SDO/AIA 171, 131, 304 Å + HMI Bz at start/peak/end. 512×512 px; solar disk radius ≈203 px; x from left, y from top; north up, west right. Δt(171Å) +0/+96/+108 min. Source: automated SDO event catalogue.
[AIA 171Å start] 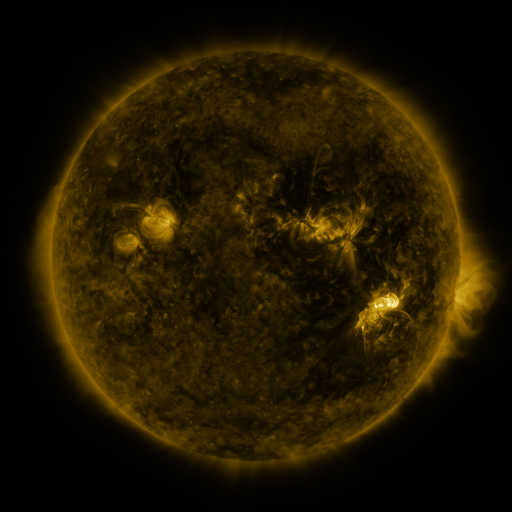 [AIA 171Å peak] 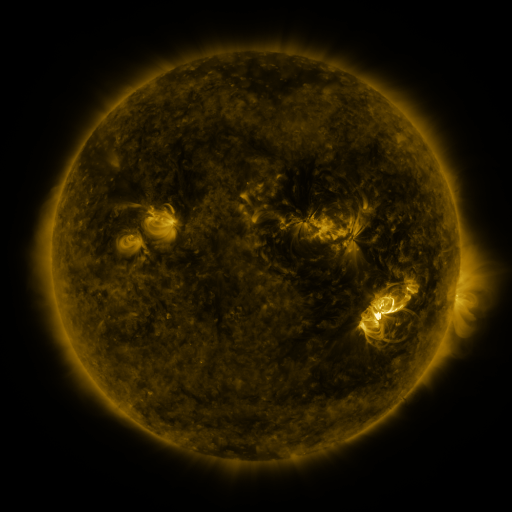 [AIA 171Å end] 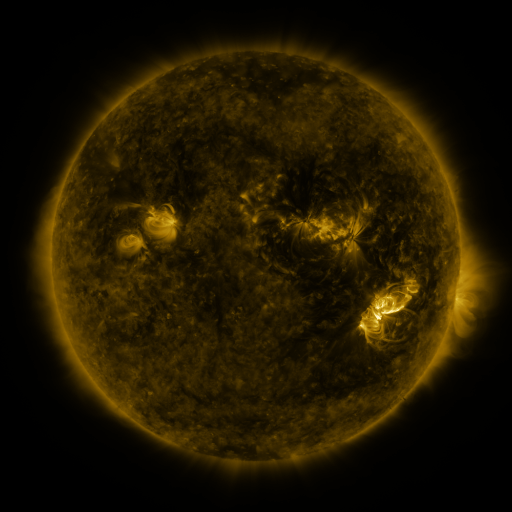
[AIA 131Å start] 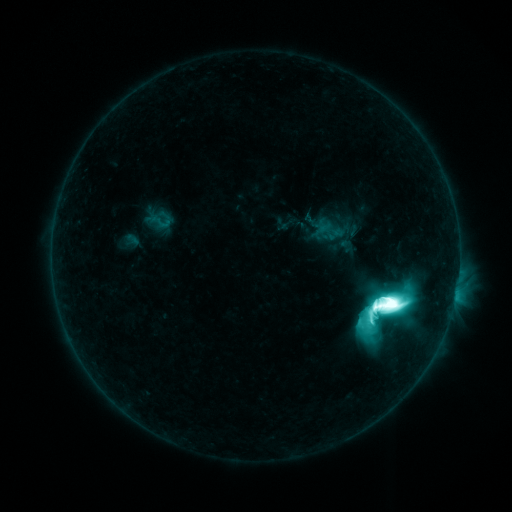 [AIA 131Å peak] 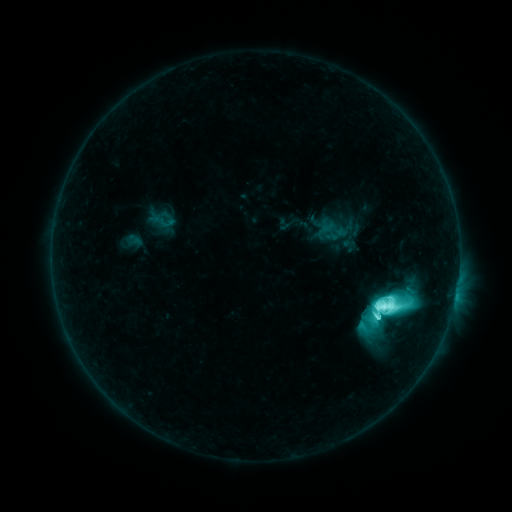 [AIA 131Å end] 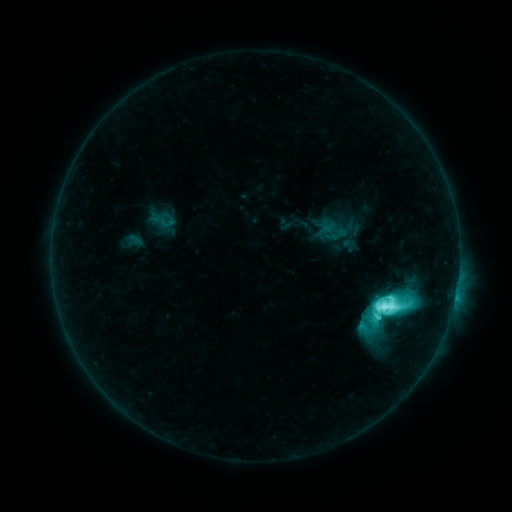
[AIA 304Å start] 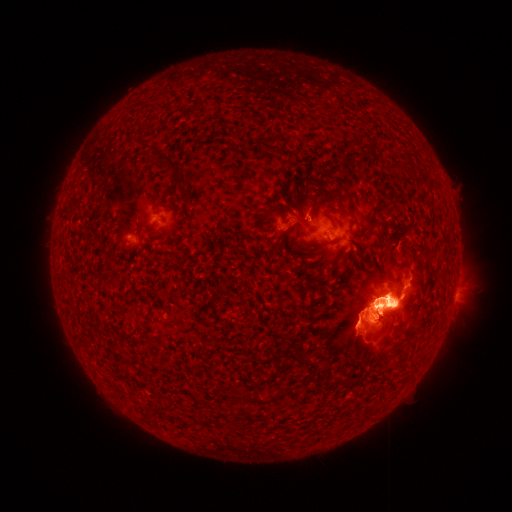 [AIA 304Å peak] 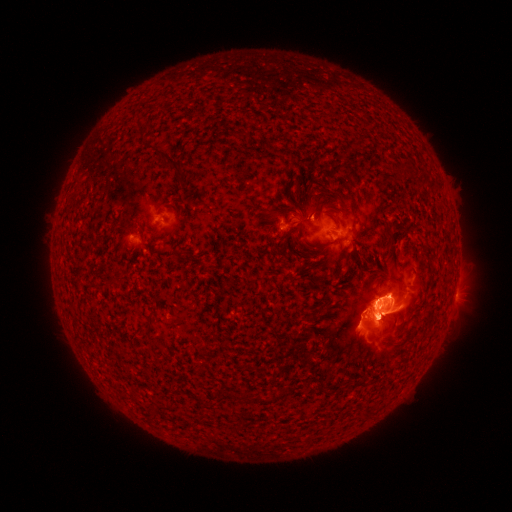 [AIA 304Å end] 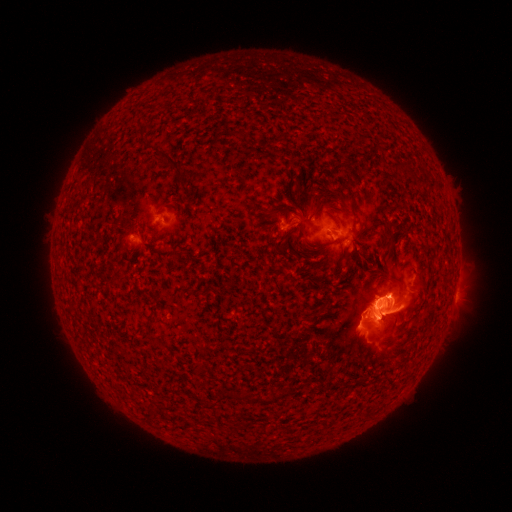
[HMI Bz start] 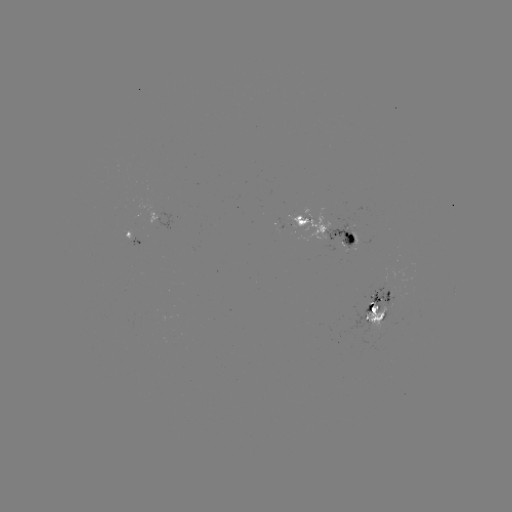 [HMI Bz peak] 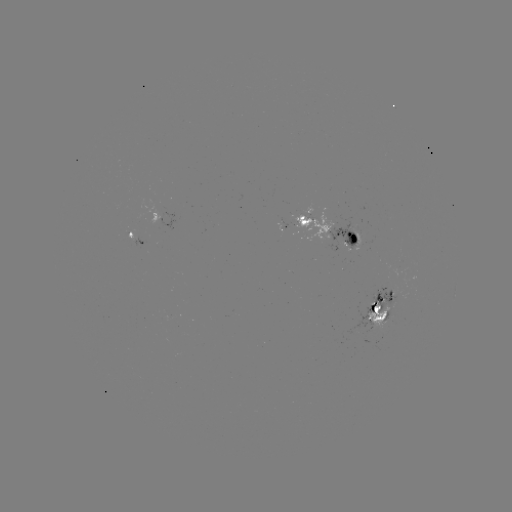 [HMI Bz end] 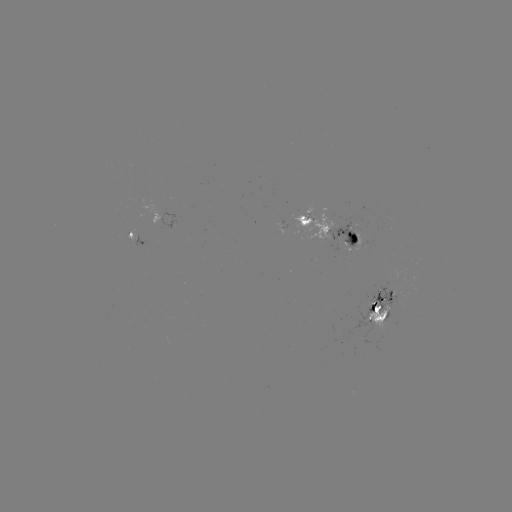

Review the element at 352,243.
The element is emerging-flux region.